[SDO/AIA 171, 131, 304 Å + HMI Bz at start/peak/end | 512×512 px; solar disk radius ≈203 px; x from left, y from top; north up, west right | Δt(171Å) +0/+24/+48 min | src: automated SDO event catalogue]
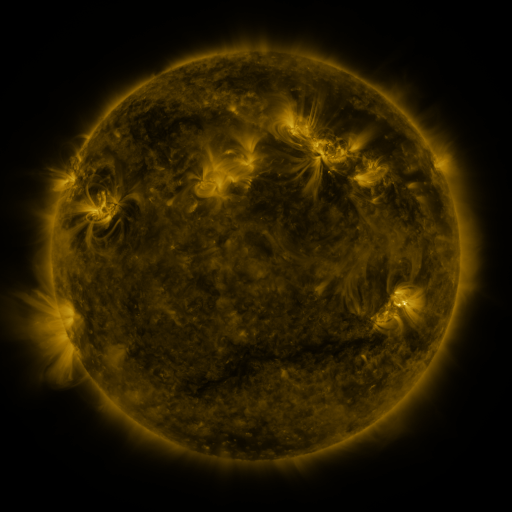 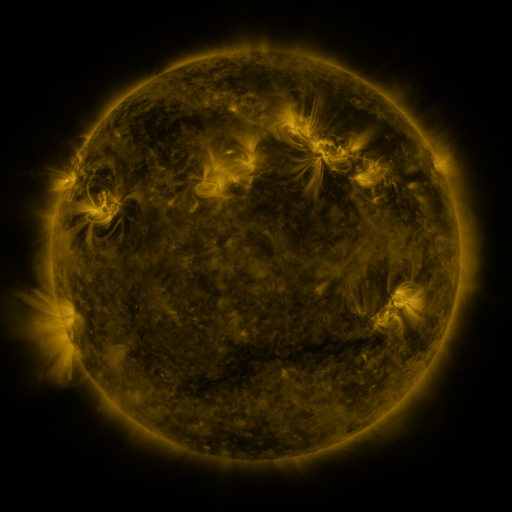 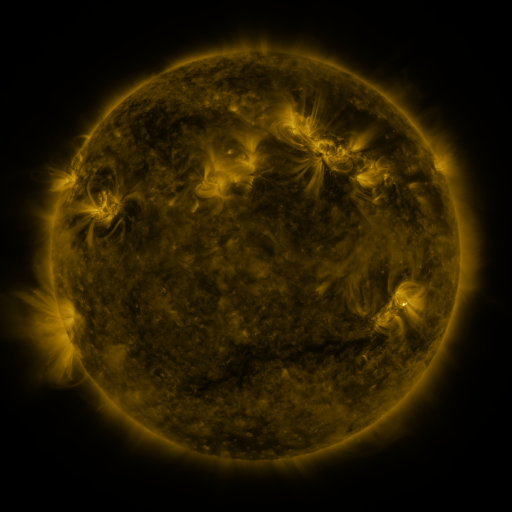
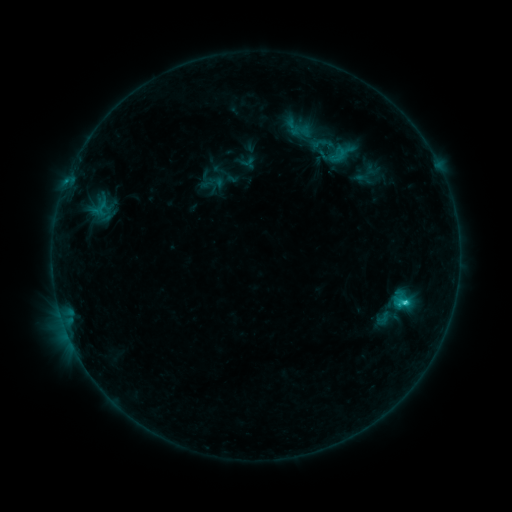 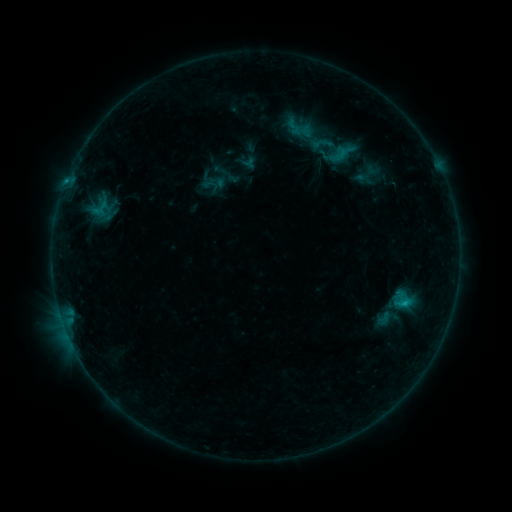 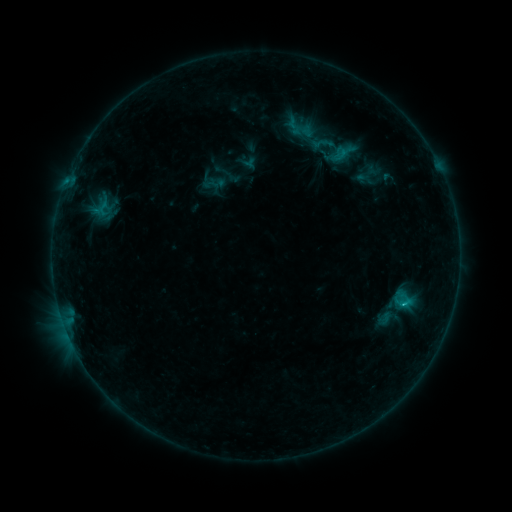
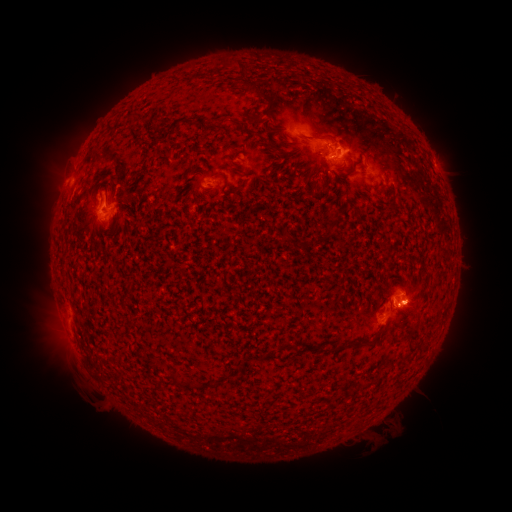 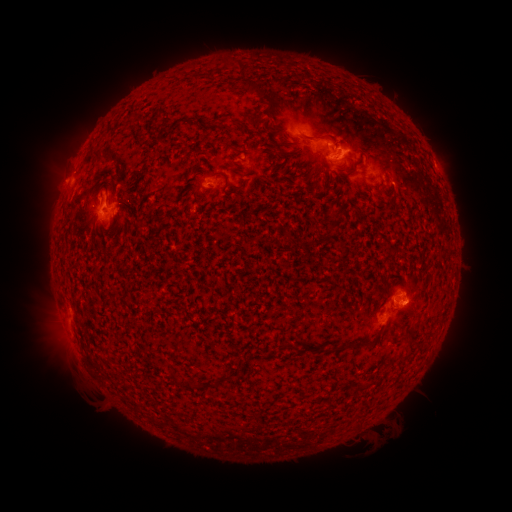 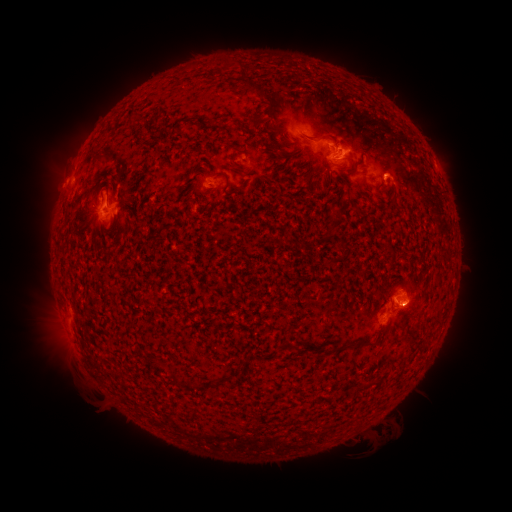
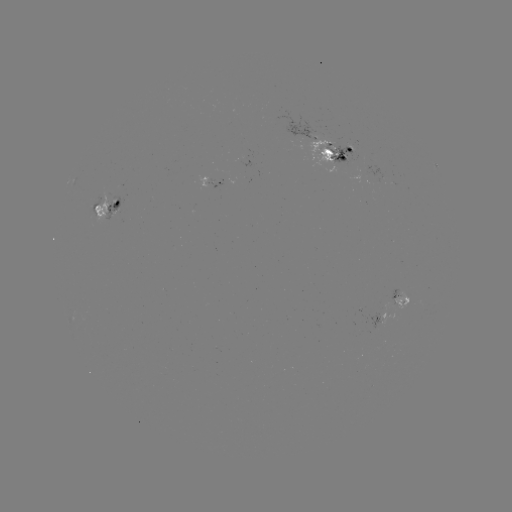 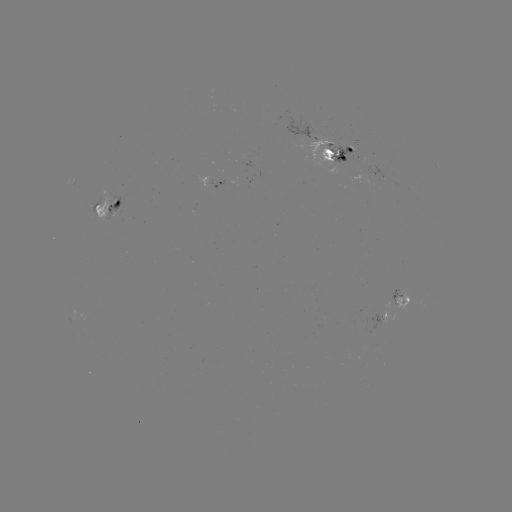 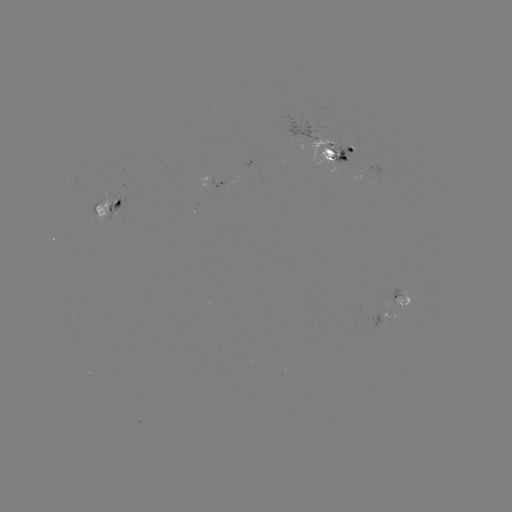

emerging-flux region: <bbox>370, 312, 381, 330</bbox>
